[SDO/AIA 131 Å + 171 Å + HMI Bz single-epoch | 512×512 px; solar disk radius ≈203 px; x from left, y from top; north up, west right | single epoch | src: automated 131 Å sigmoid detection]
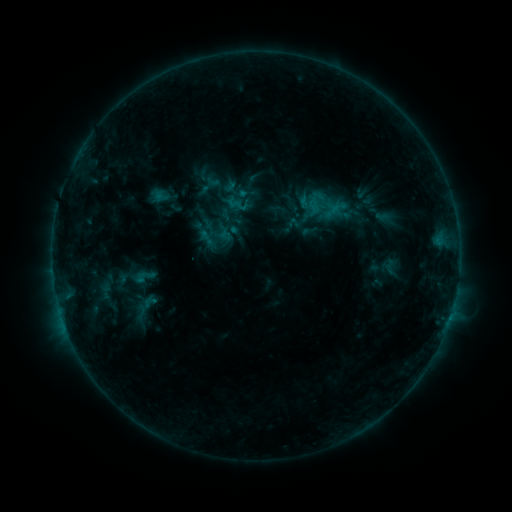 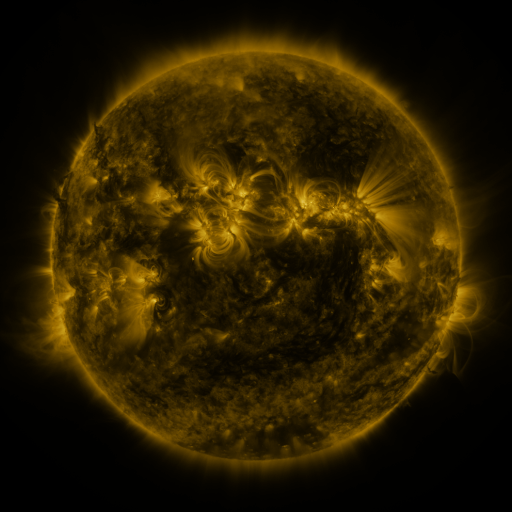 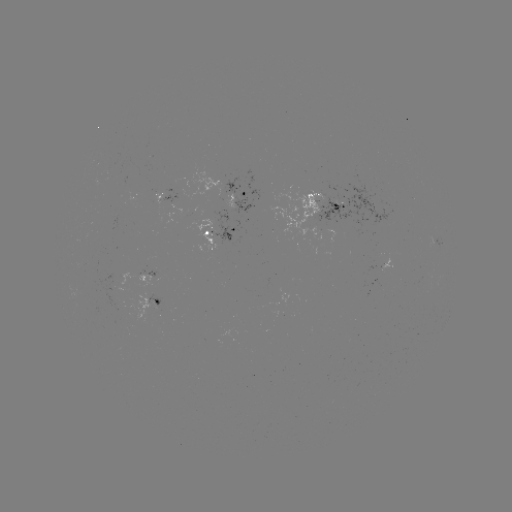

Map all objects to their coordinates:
sigmoid: (144, 276)
